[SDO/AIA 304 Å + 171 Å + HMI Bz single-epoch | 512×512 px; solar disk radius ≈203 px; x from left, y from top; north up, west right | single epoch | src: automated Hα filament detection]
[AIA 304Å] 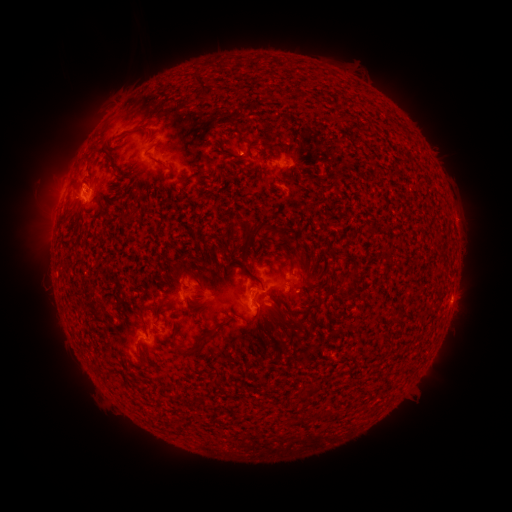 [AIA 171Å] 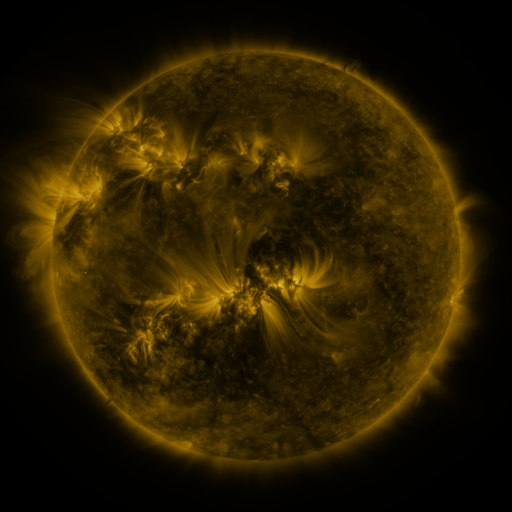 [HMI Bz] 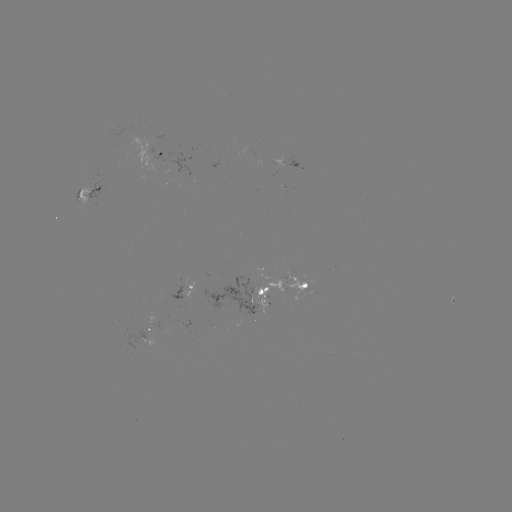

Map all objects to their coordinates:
filament: <bbox>194, 73, 213, 100</bbox>
filament: <bbox>121, 128, 133, 136</bbox>
filament: <bbox>240, 135, 253, 149</bbox>
filament: <bbox>280, 143, 289, 153</bbox>
filament: <bbox>152, 157, 169, 169</bbox>
filament: <bbox>243, 221, 287, 247</bbox>
filament: <bbox>323, 268, 333, 297</bbox>
filament: <bbox>247, 273, 263, 285</bbox>
filament: <bbox>281, 302, 289, 311</bbox>
filament: <bbox>293, 302, 321, 316</bbox>
filament: <bbox>136, 303, 155, 329</bbox>
filament: <bbox>293, 321, 305, 331</bbox>
filament: <bbox>171, 342, 199, 356</bbox>
